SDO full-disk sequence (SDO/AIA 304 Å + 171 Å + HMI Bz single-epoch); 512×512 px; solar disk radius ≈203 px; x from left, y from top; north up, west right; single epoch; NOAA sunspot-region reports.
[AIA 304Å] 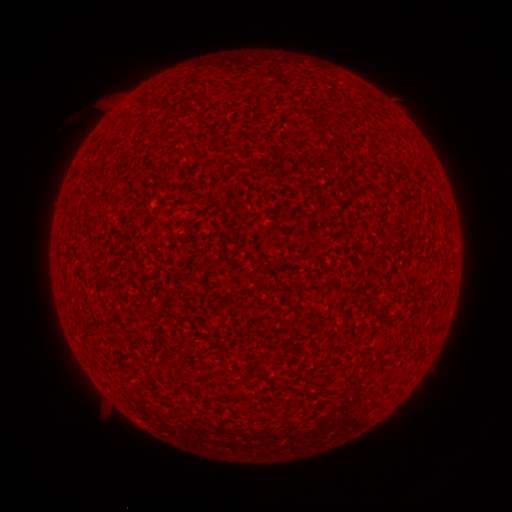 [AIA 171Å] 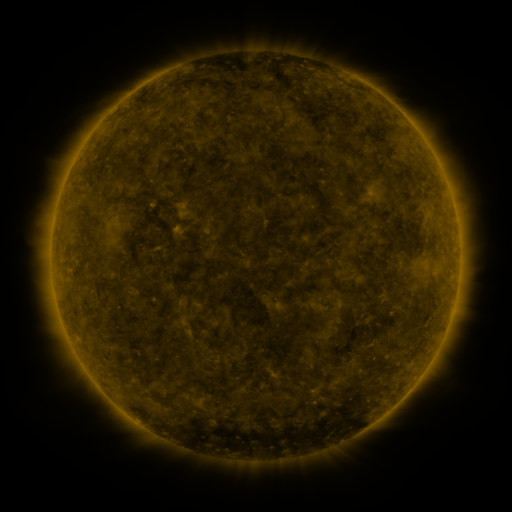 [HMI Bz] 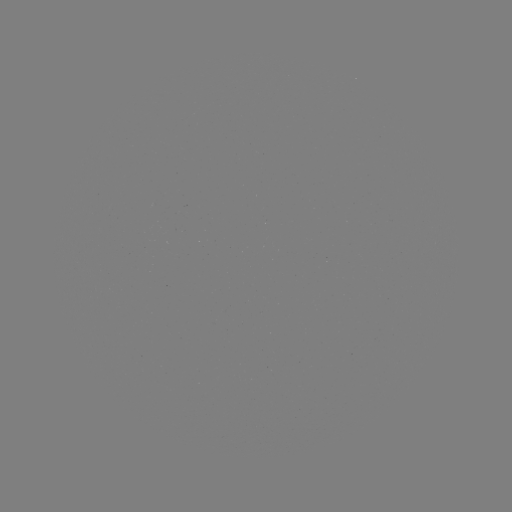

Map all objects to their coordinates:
(none)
